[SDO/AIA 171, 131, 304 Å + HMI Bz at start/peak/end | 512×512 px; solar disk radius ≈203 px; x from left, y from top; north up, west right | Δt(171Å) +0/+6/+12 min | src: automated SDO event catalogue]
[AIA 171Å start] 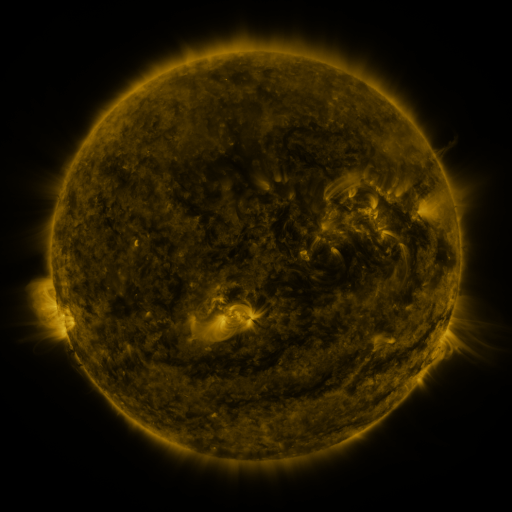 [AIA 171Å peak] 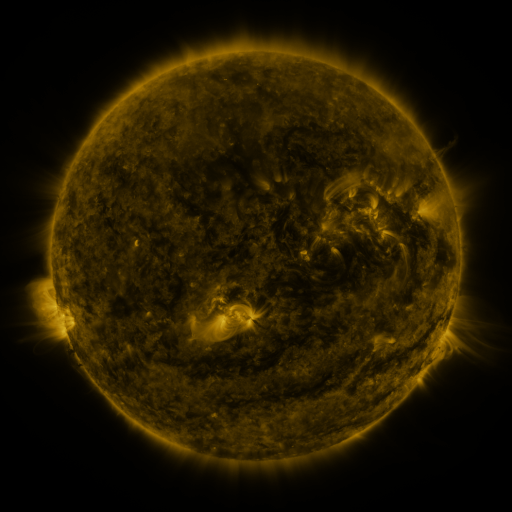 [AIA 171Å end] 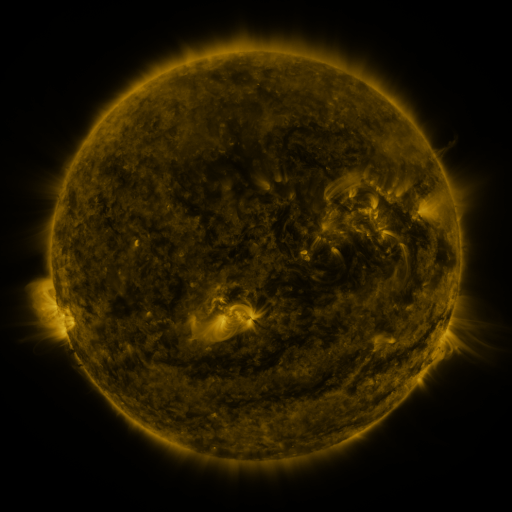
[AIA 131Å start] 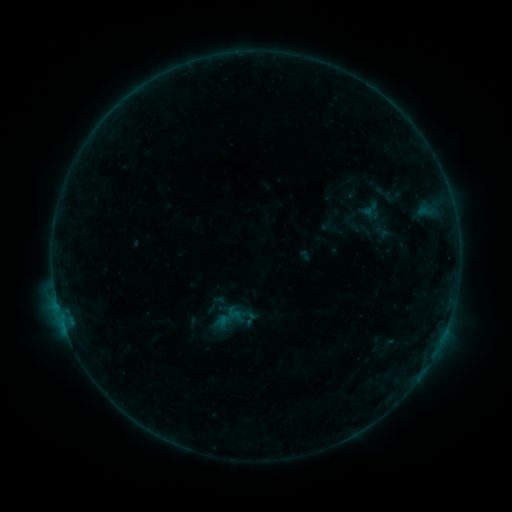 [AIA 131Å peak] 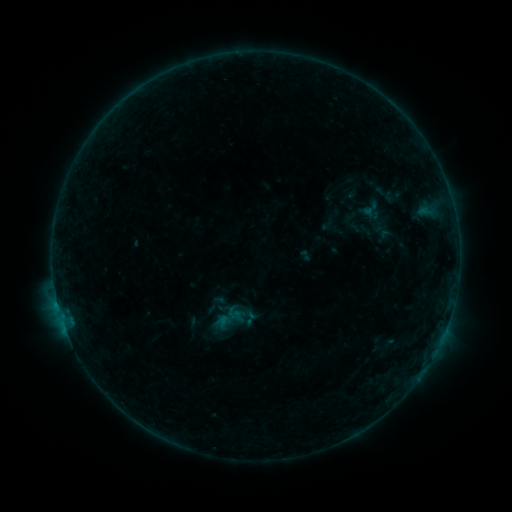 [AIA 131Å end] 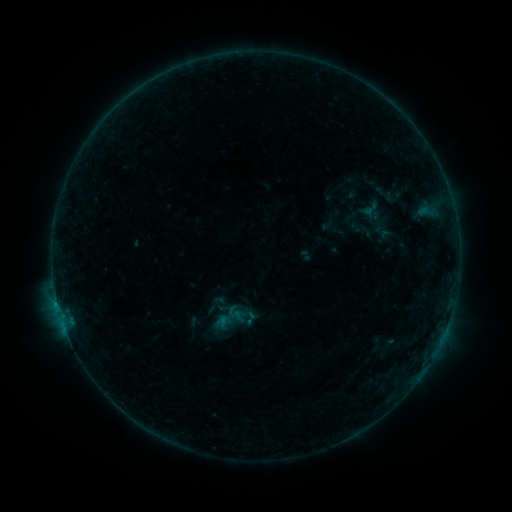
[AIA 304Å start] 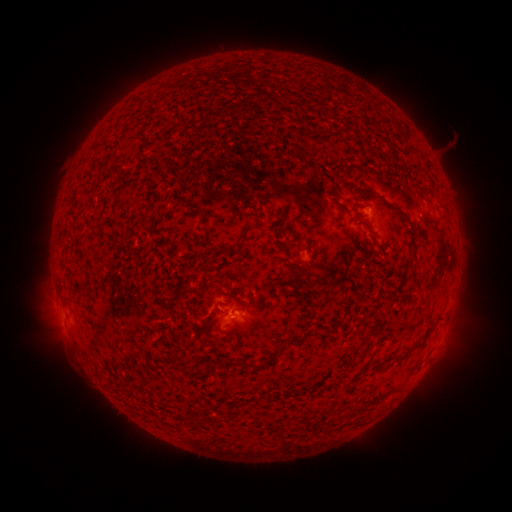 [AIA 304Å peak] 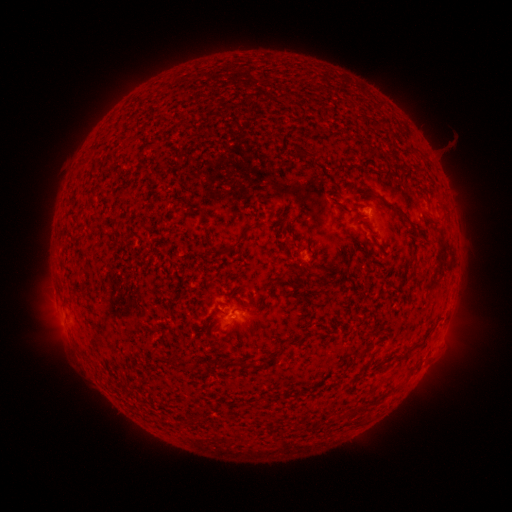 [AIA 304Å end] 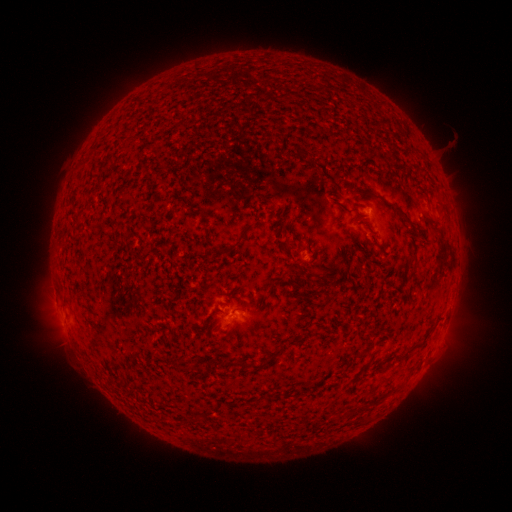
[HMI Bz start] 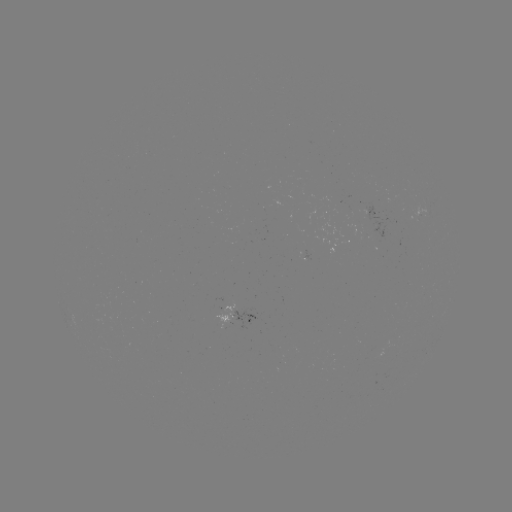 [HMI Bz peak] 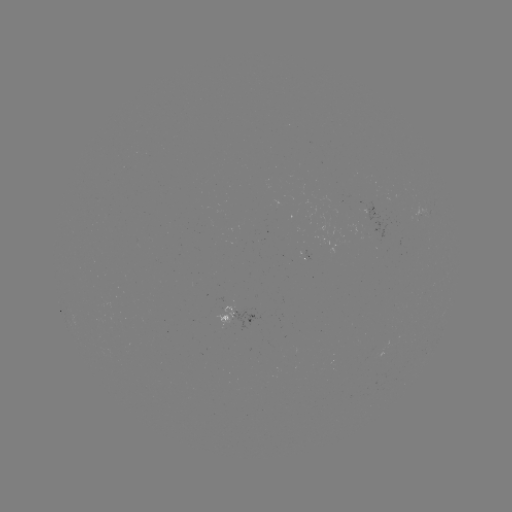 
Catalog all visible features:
B2.8 flare: (59, 304)
